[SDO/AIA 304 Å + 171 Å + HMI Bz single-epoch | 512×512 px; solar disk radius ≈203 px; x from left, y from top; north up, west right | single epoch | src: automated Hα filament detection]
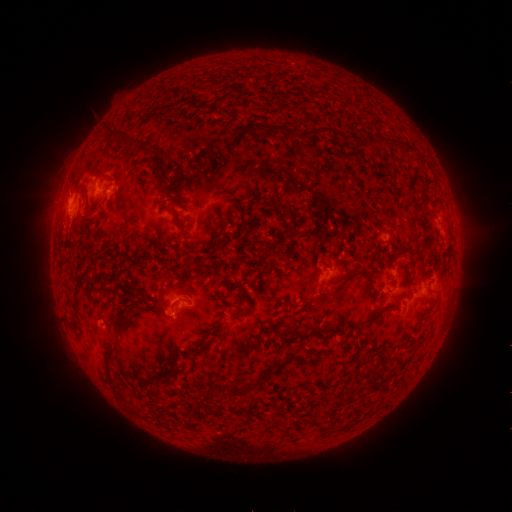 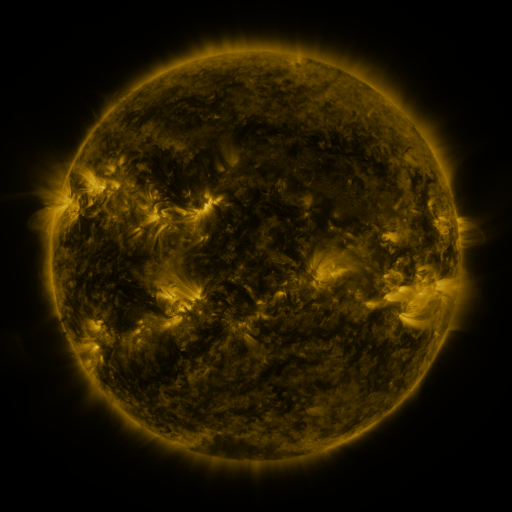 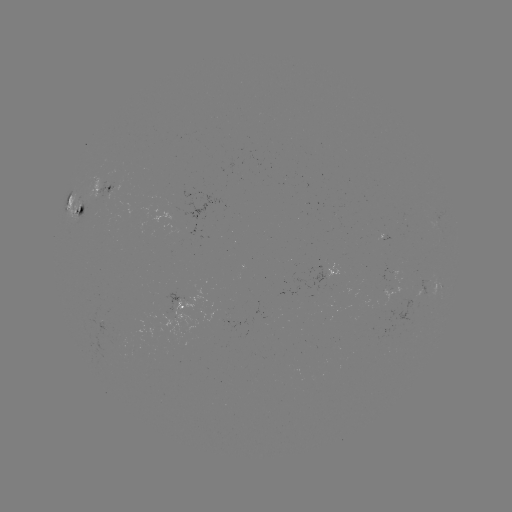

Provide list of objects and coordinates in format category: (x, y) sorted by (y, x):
filament: (282, 128)
filament: (120, 133)
filament: (354, 140)
filament: (381, 140)
filament: (406, 152)
filament: (166, 188)
filament: (179, 220)
filament: (218, 248)
filament: (346, 276)
filament: (337, 298)
filament: (223, 316)
filament: (122, 323)
filament: (319, 333)
filament: (288, 339)
filament: (396, 347)
filament: (107, 352)
filament: (174, 366)
filament: (165, 377)
filament: (371, 379)
filament: (239, 388)
